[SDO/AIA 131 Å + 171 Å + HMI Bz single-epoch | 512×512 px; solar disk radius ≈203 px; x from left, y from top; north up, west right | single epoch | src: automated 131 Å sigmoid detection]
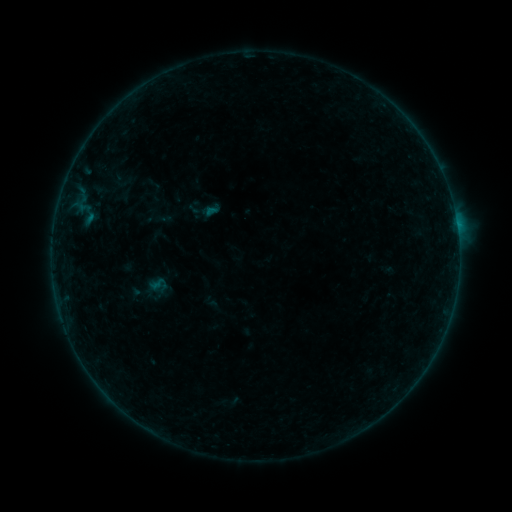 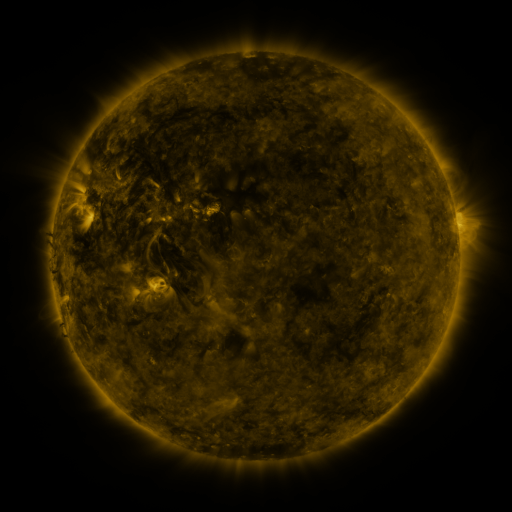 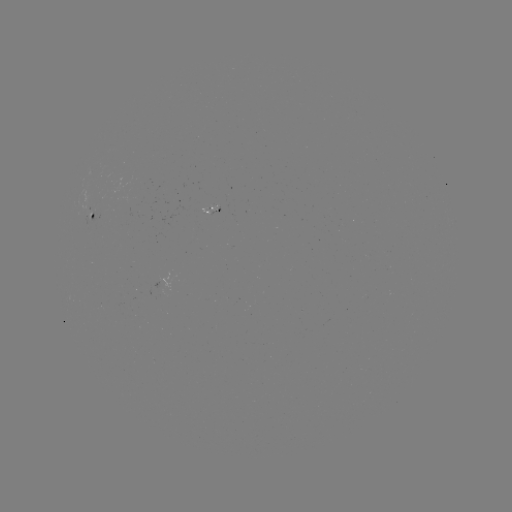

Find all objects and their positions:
sigmoid: (204, 210)
